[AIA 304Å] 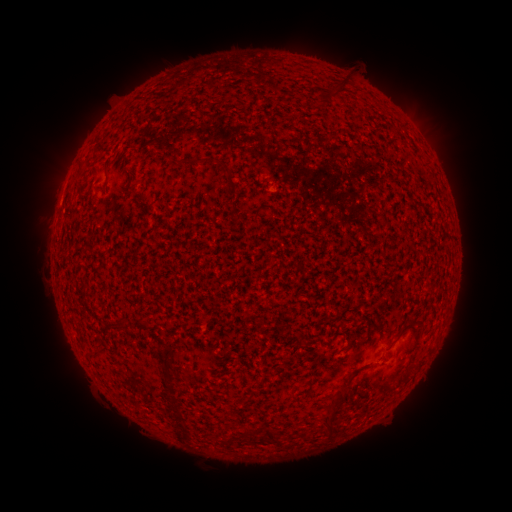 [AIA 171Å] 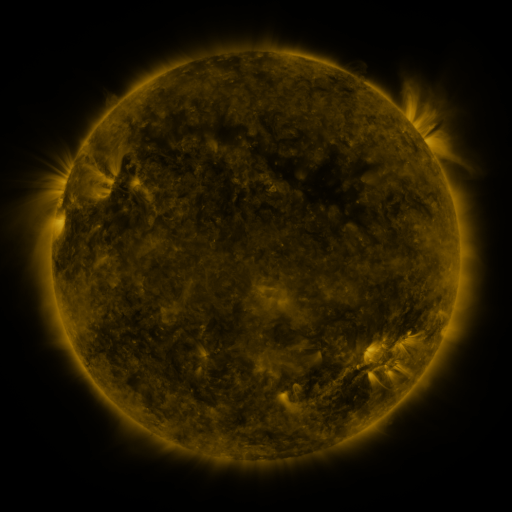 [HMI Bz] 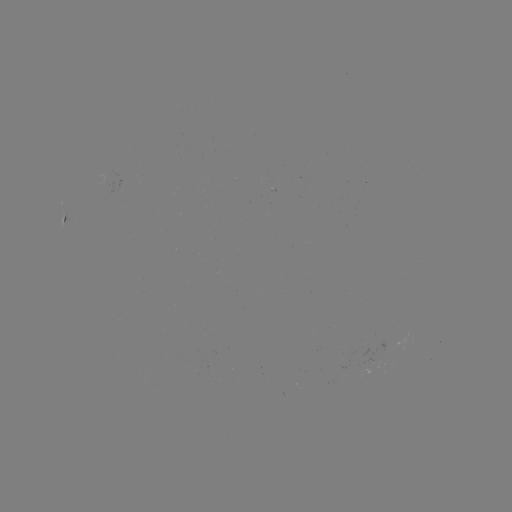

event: spotted active region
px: (60, 218)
